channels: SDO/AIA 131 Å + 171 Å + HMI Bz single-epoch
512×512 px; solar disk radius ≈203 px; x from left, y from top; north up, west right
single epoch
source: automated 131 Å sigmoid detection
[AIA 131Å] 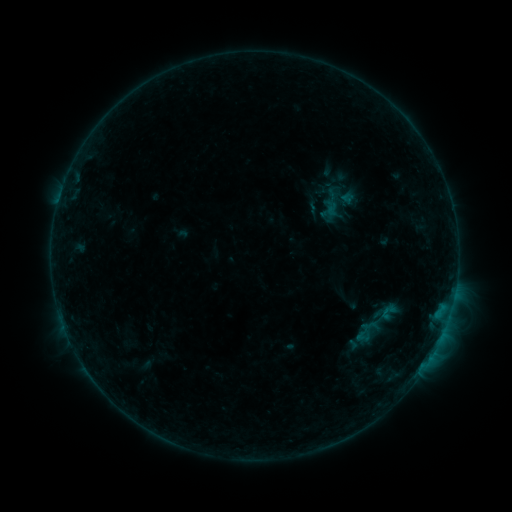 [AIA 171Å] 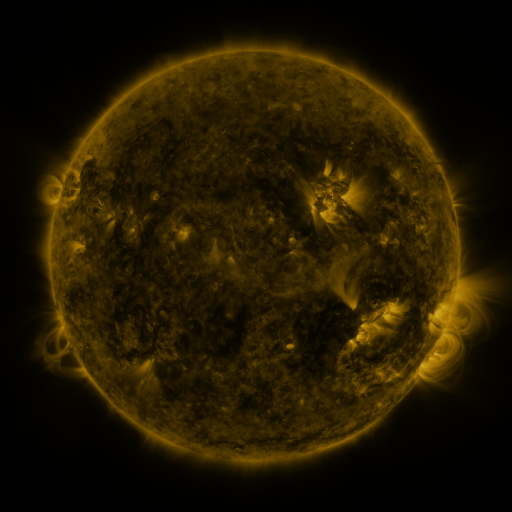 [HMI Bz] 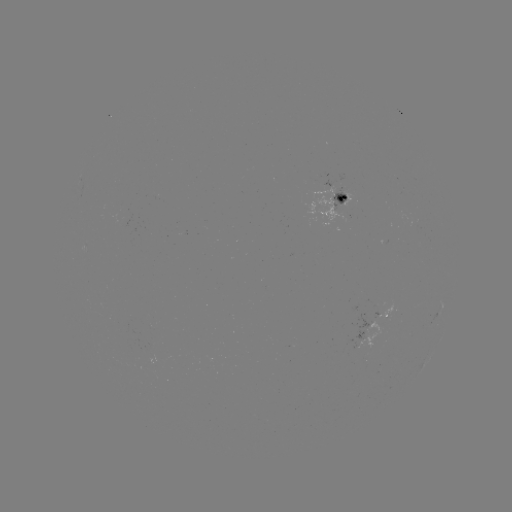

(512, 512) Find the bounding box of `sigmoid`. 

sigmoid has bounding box [377, 301, 400, 323].